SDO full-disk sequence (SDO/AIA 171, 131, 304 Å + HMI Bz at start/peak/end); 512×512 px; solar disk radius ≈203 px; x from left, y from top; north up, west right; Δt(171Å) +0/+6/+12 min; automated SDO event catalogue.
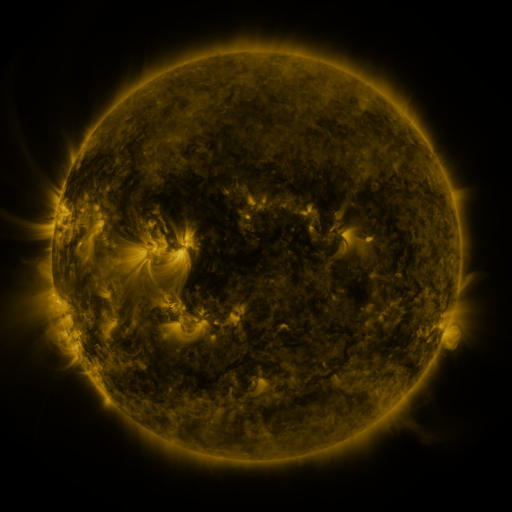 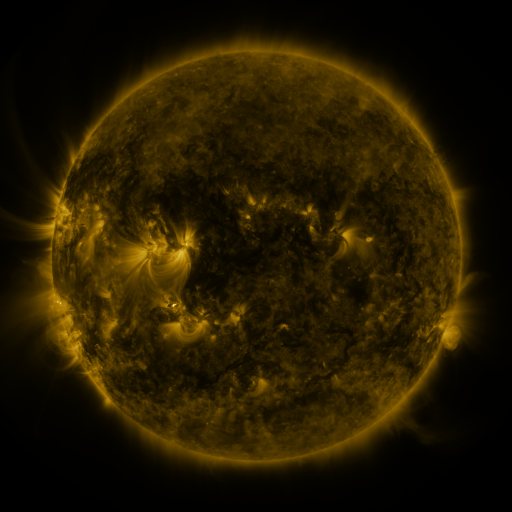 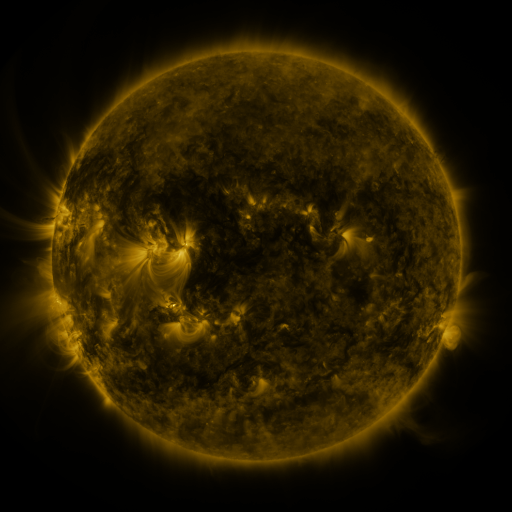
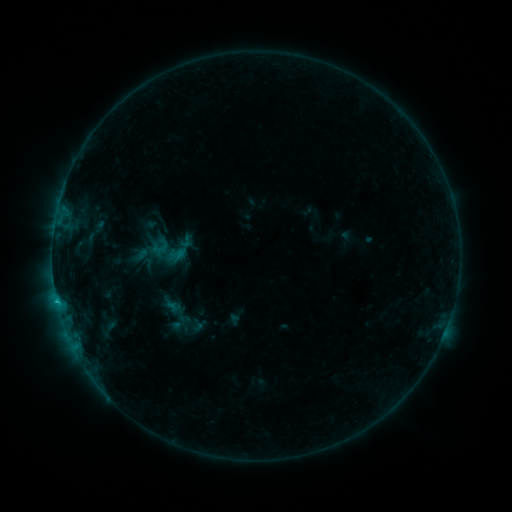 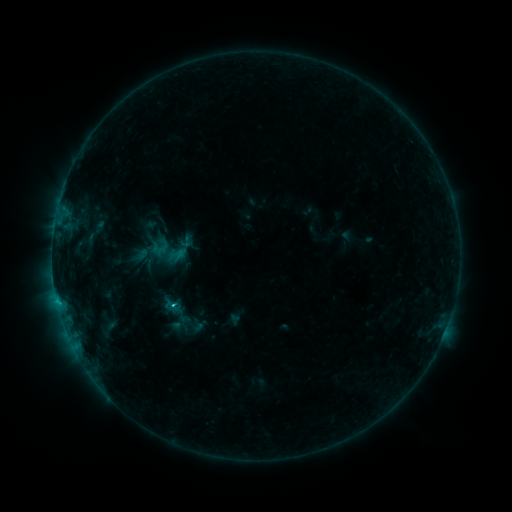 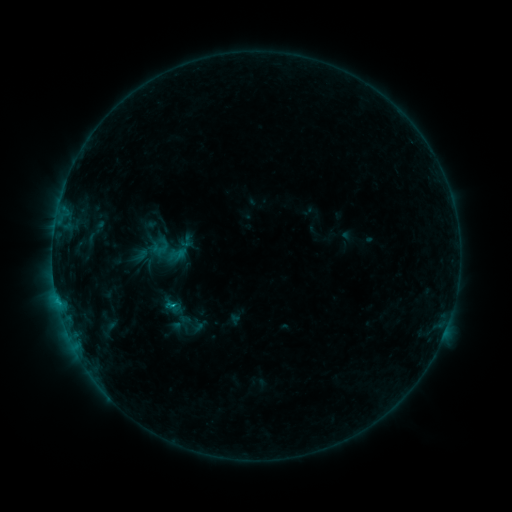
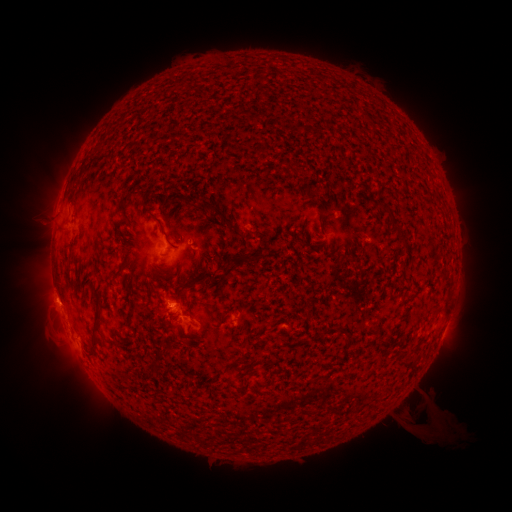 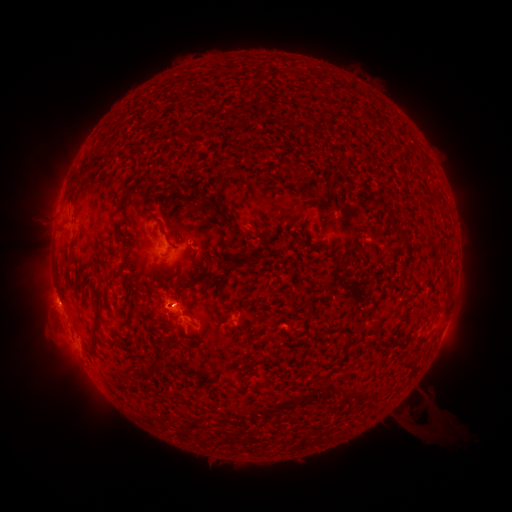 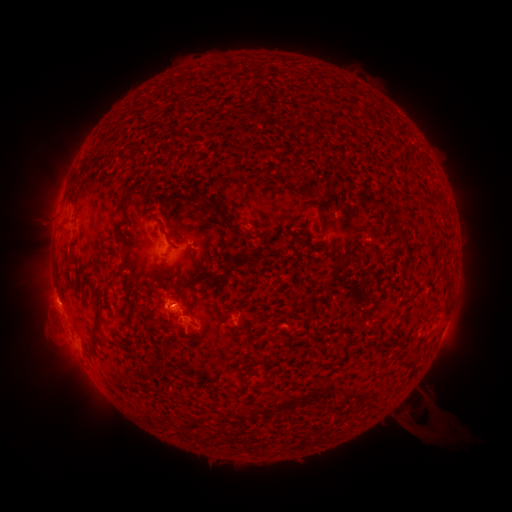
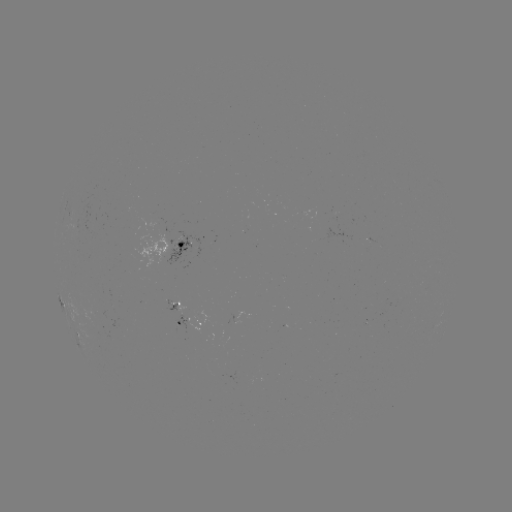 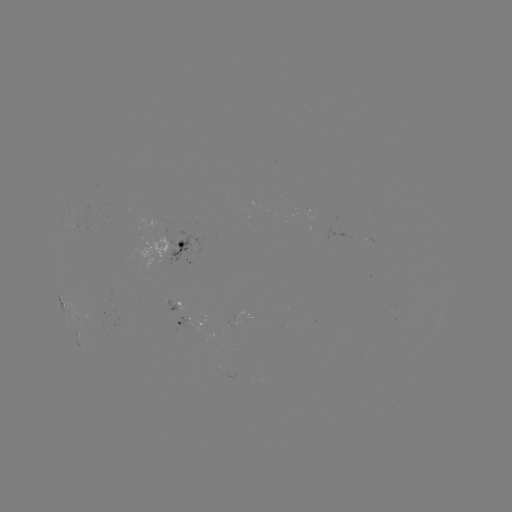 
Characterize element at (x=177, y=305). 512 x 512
C1.0 flare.